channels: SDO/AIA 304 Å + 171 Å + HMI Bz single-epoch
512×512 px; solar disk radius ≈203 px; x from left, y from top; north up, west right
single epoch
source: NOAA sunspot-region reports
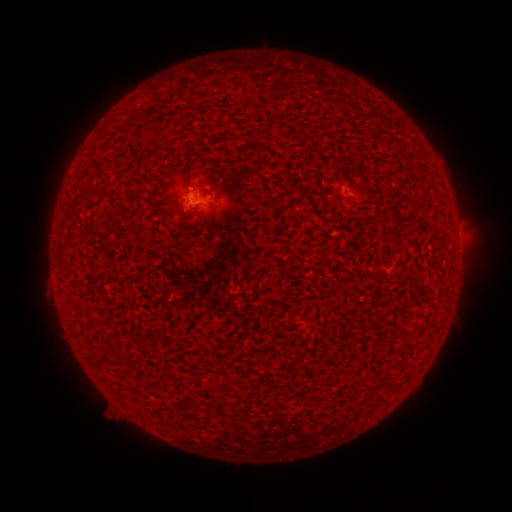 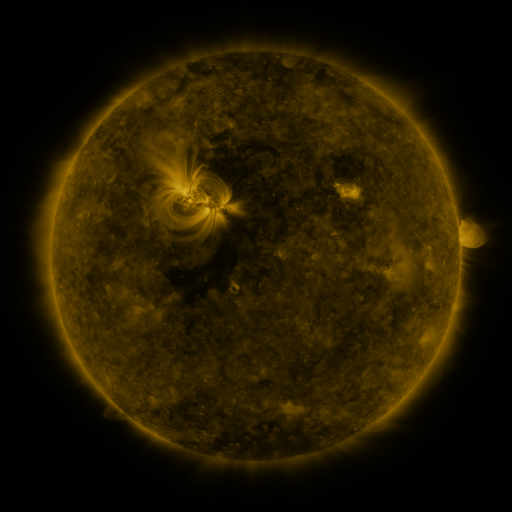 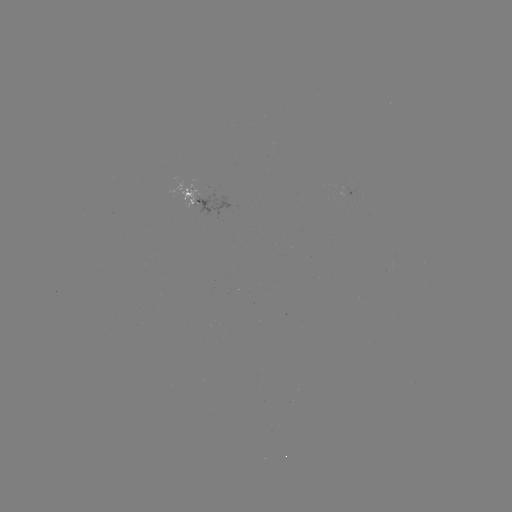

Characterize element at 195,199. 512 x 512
spotted active region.